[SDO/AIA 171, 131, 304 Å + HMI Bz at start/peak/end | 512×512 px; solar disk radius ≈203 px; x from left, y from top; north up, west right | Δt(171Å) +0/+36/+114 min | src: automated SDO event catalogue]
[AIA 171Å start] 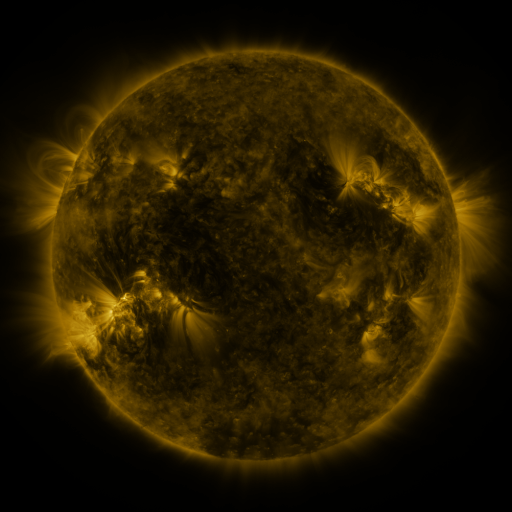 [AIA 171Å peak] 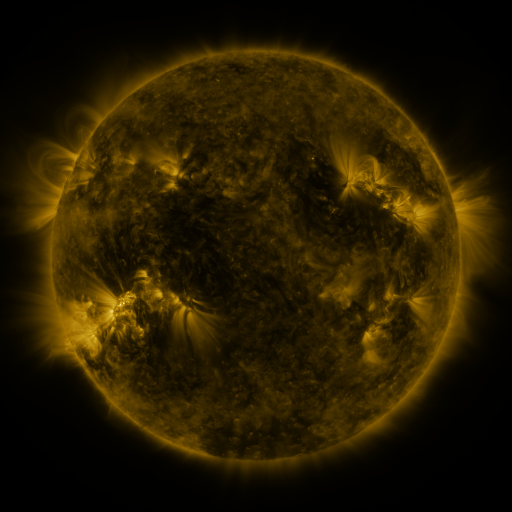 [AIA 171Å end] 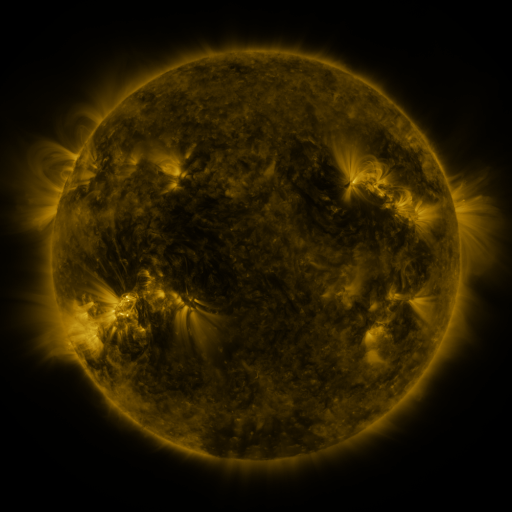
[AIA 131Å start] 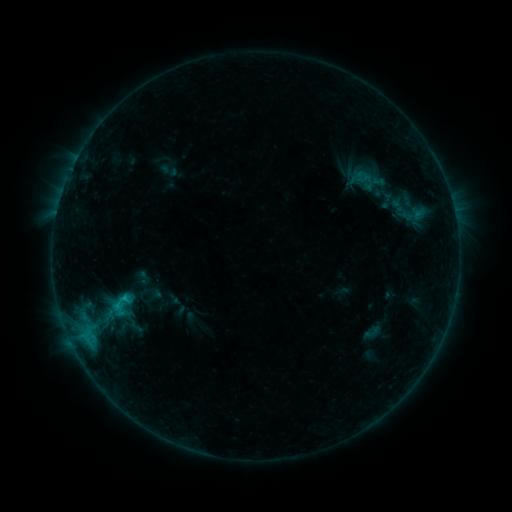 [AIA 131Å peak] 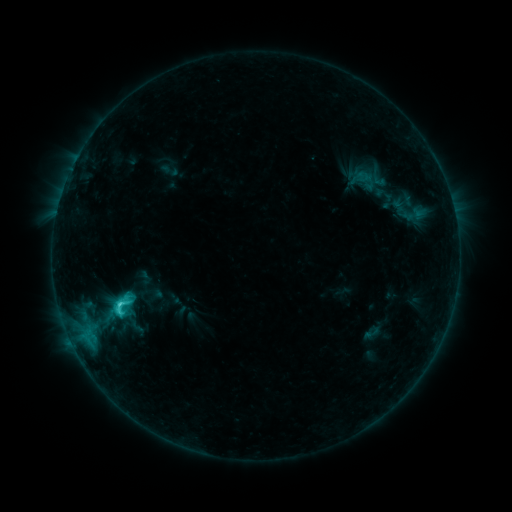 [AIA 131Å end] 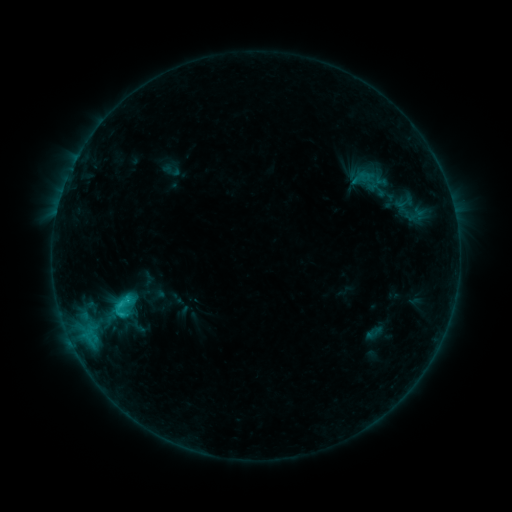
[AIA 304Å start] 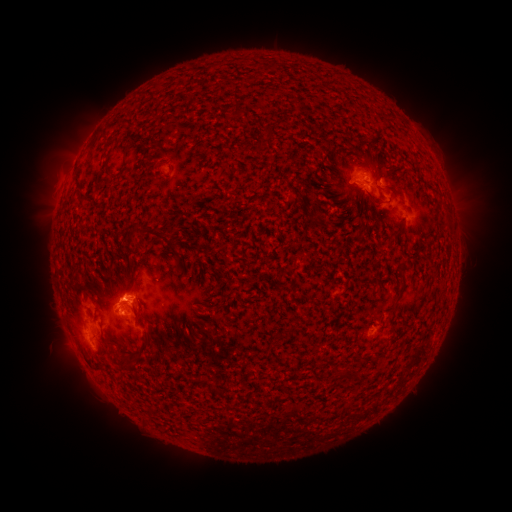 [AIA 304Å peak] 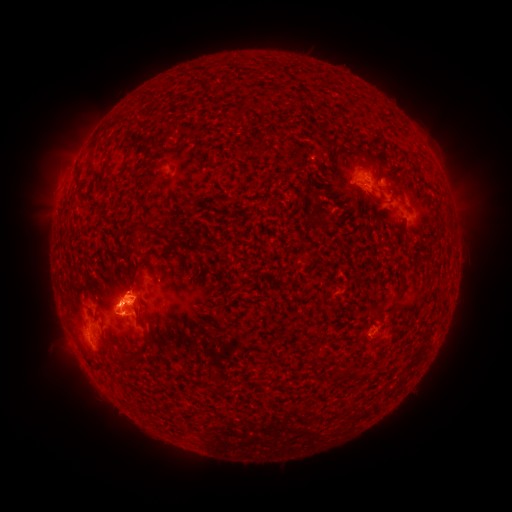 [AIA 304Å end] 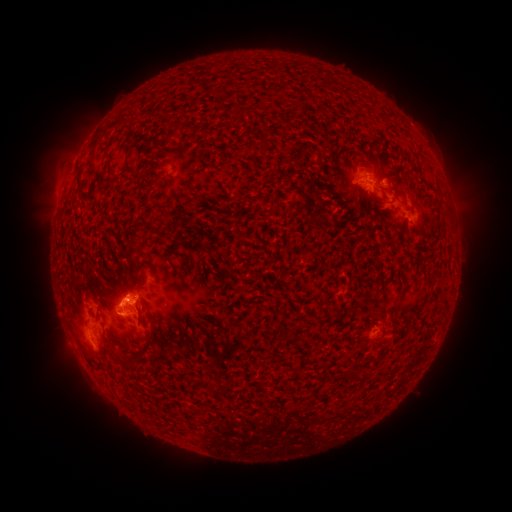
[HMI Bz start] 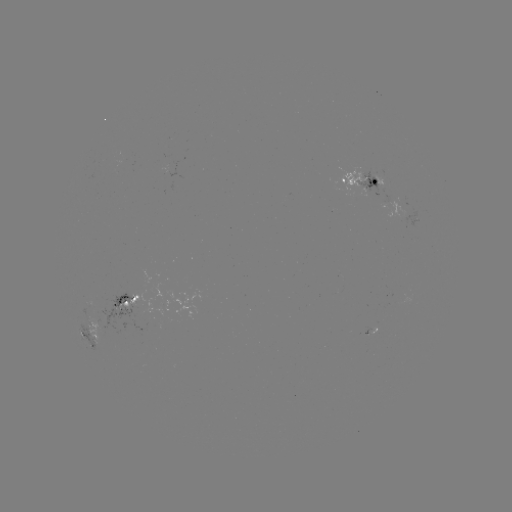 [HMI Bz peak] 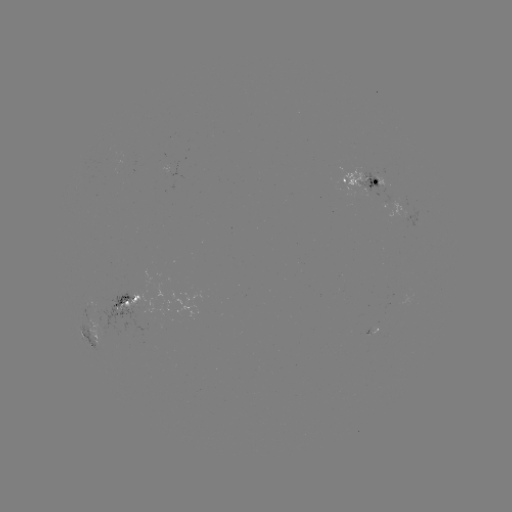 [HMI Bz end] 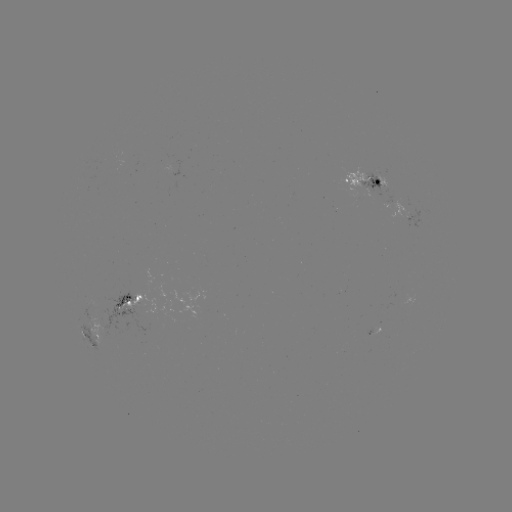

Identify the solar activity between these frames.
C3.3 flare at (120, 302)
